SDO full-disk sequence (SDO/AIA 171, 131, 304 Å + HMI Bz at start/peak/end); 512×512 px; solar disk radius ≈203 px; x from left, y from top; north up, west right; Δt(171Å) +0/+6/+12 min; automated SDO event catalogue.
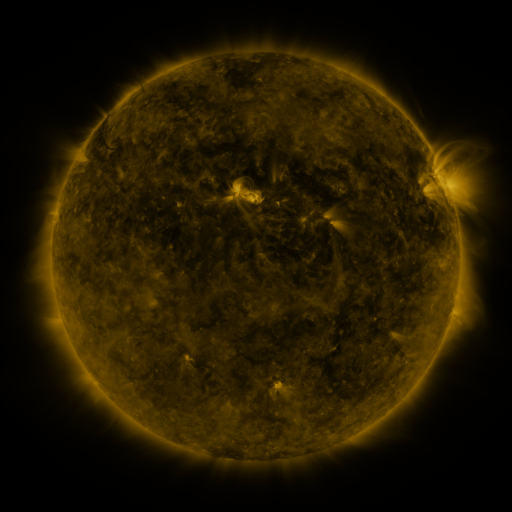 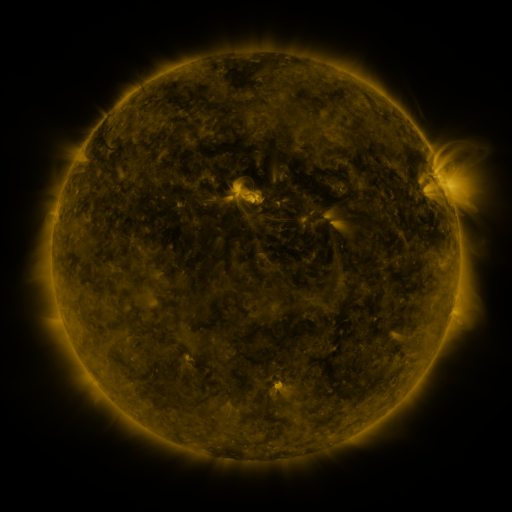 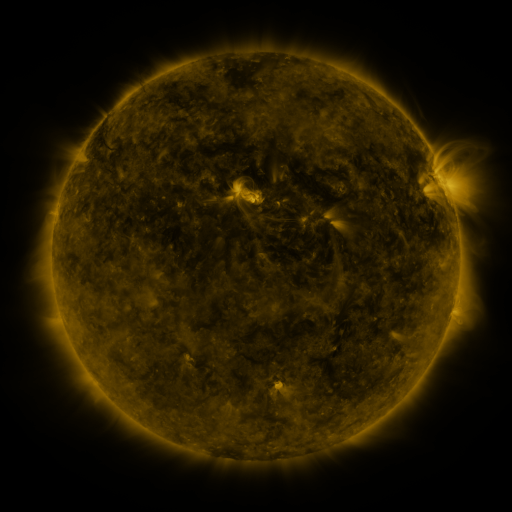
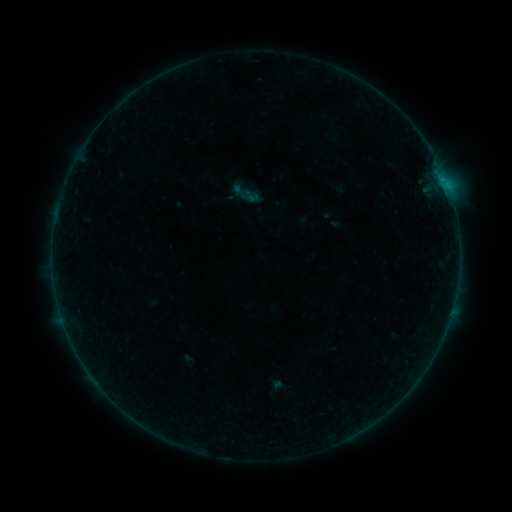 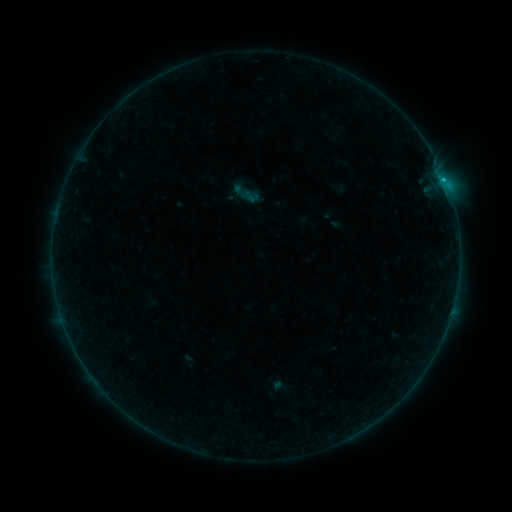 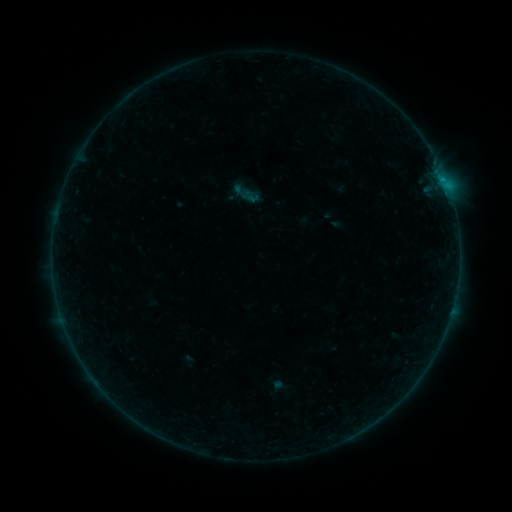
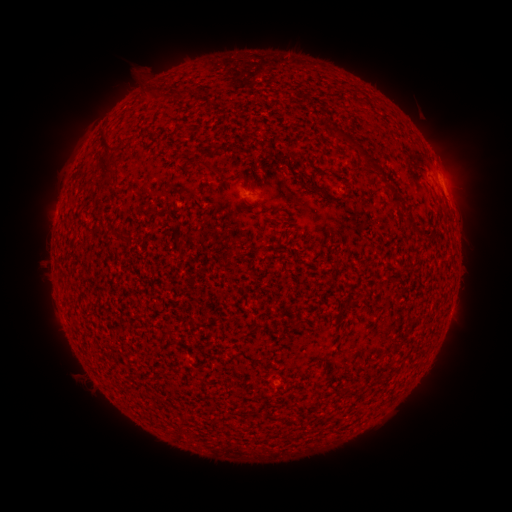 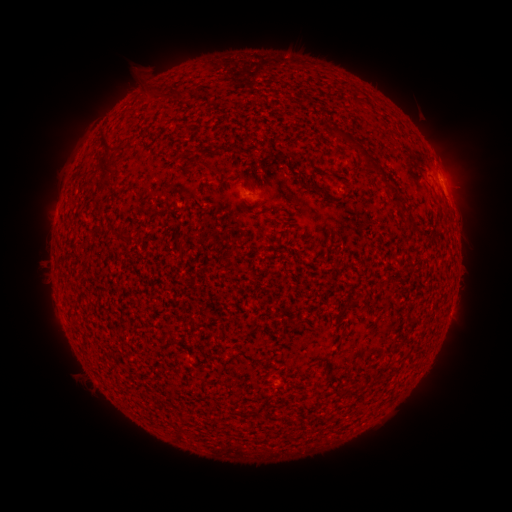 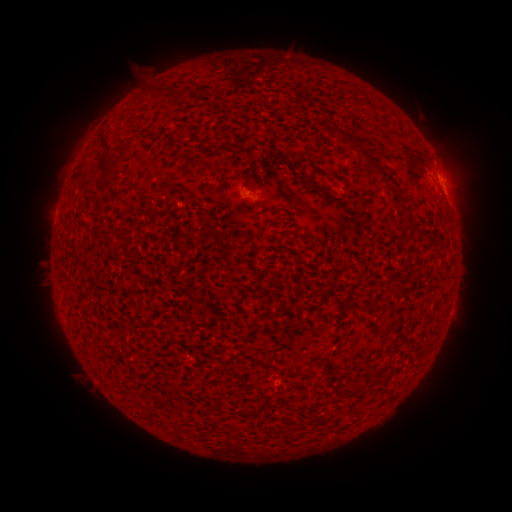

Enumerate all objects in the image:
B3.8 flare: (442, 183)
